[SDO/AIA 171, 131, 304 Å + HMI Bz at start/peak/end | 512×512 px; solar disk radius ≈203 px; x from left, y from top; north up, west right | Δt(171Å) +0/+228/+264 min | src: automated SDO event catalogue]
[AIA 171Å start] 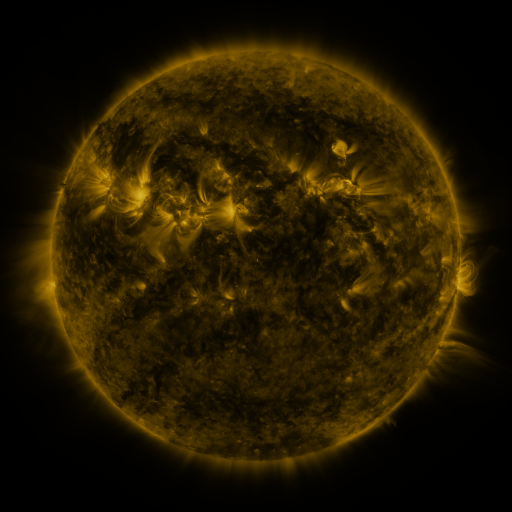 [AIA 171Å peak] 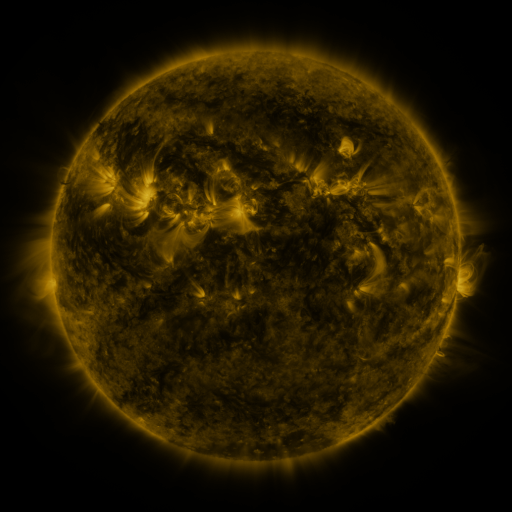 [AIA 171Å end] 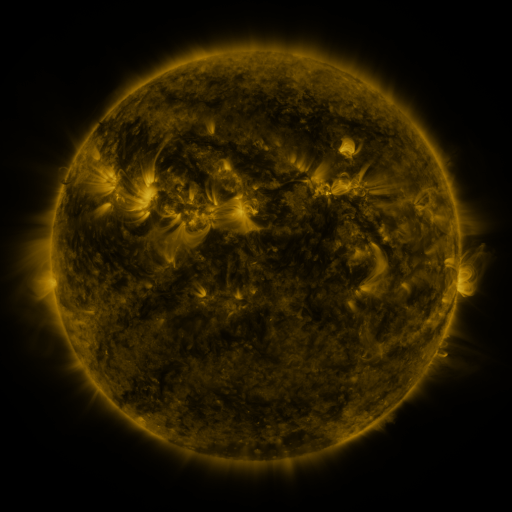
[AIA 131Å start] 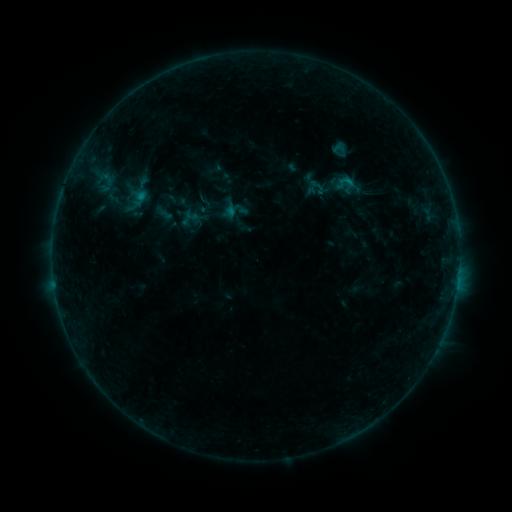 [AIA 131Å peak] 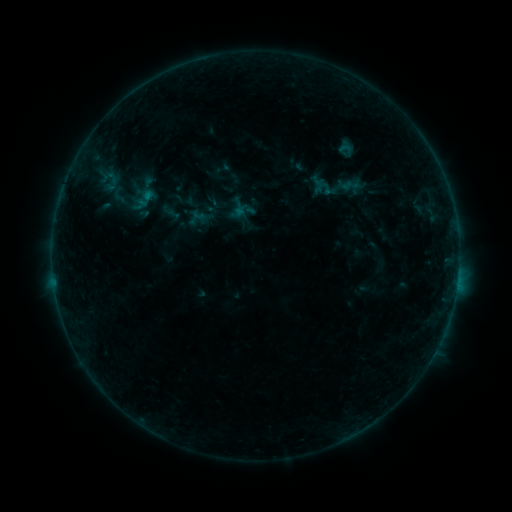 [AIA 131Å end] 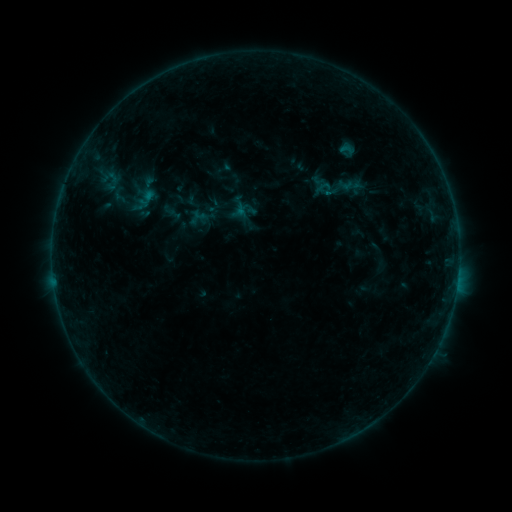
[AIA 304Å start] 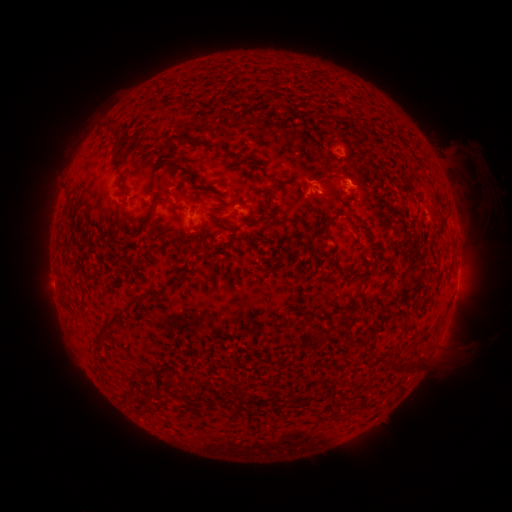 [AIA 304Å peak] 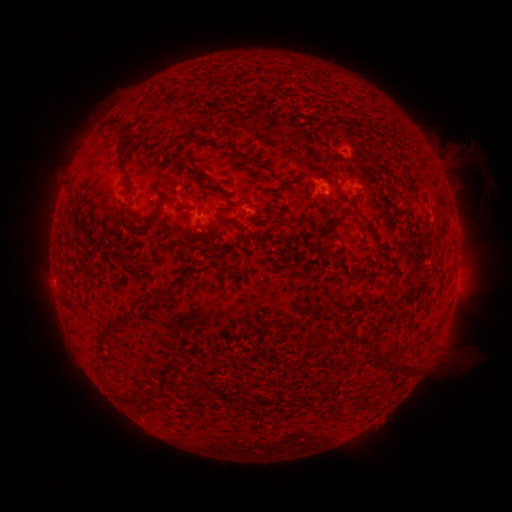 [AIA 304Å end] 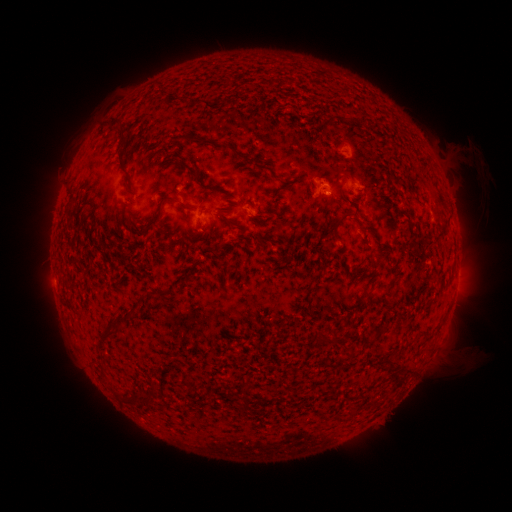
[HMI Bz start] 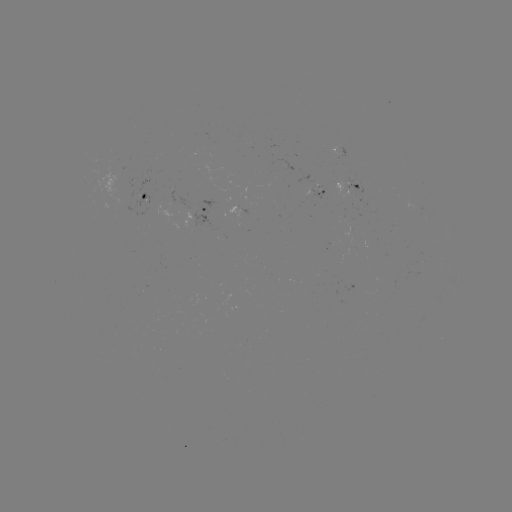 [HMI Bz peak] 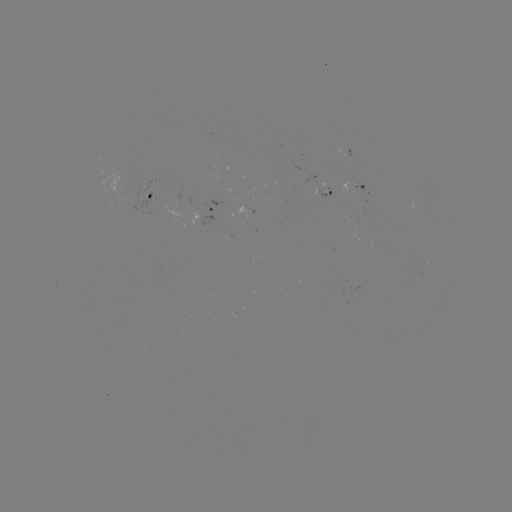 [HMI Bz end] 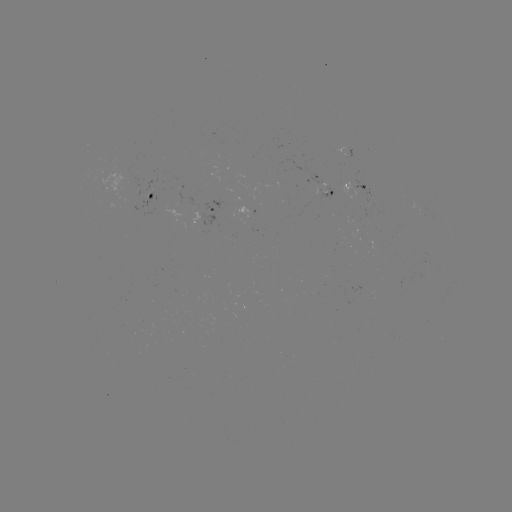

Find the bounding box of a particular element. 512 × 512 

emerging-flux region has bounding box [143, 178, 156, 197].